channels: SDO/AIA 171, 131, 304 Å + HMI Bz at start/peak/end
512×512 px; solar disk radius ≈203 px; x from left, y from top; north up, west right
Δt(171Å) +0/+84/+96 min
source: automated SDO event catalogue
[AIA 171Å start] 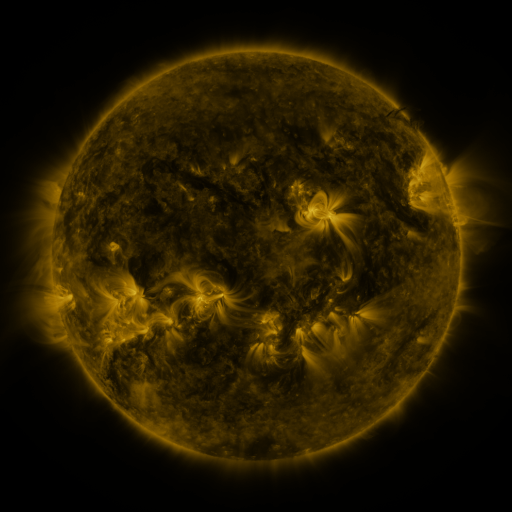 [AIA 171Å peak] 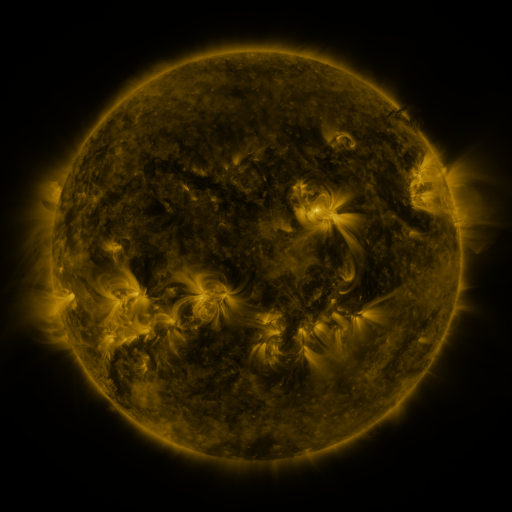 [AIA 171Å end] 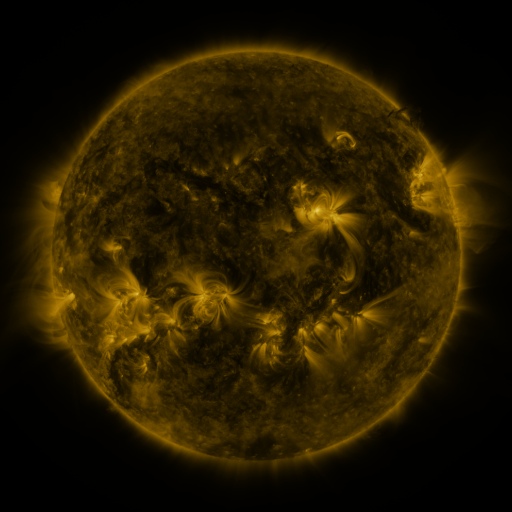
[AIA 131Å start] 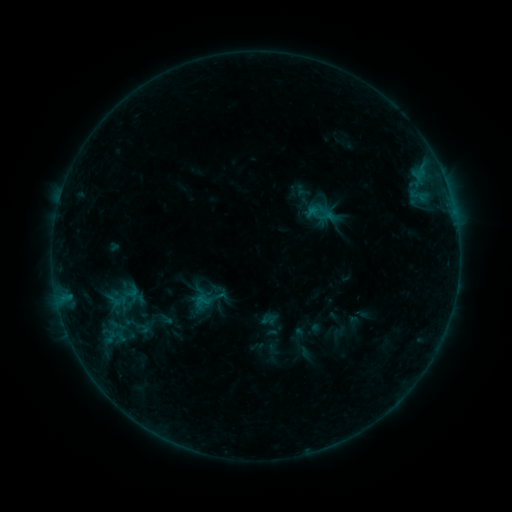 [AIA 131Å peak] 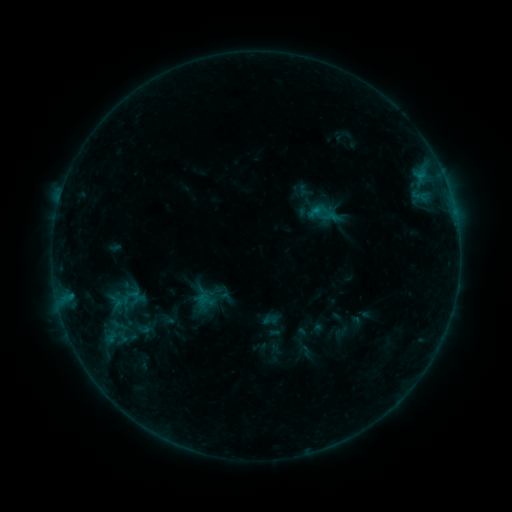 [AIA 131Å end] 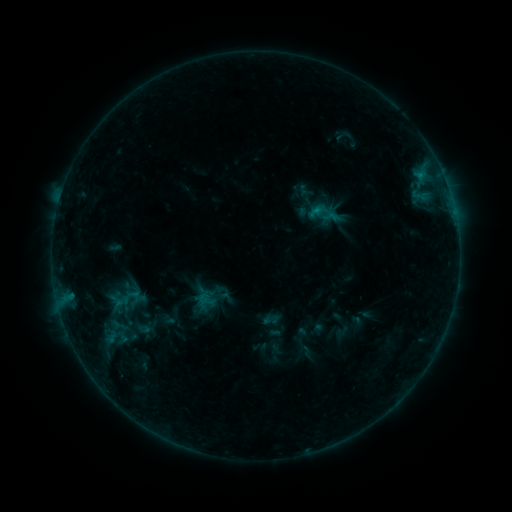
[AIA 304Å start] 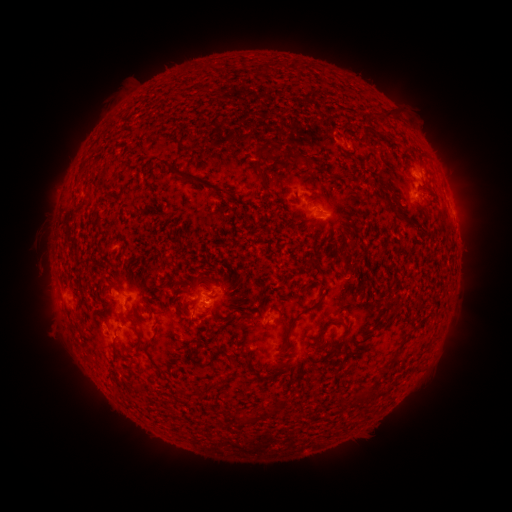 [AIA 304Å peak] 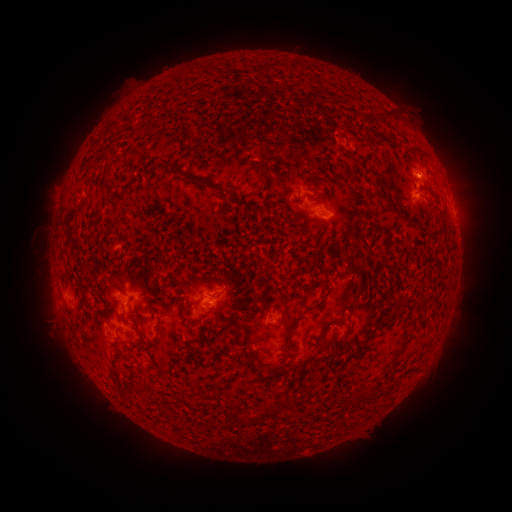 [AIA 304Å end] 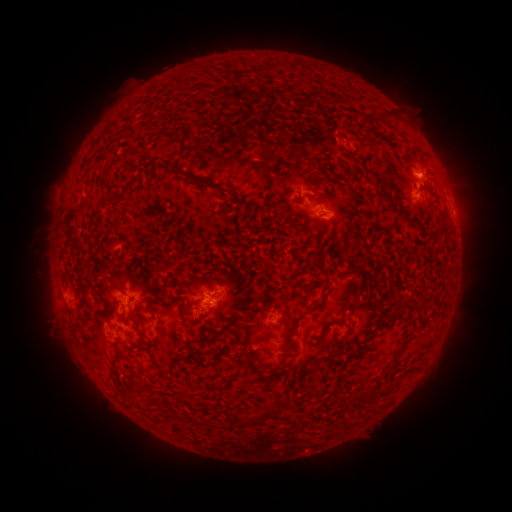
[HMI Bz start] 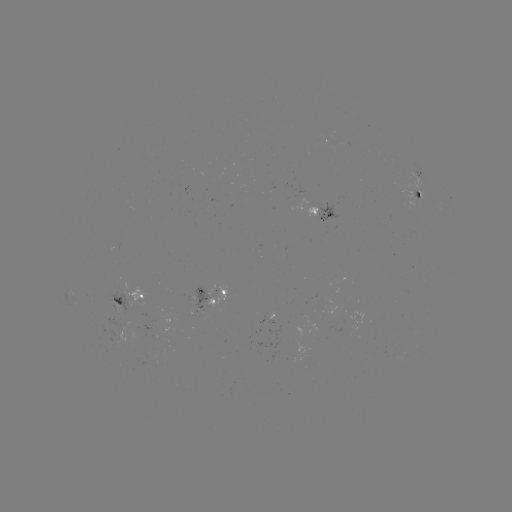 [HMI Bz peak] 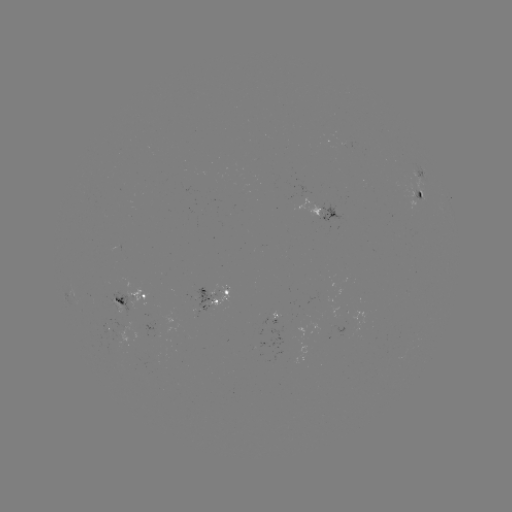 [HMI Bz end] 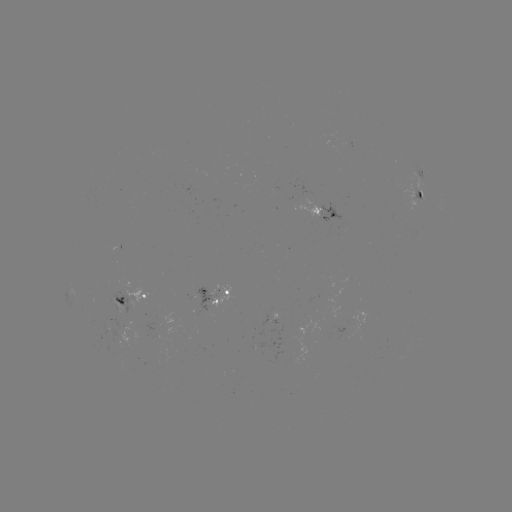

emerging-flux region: <bbox>206, 285, 230, 309</bbox>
